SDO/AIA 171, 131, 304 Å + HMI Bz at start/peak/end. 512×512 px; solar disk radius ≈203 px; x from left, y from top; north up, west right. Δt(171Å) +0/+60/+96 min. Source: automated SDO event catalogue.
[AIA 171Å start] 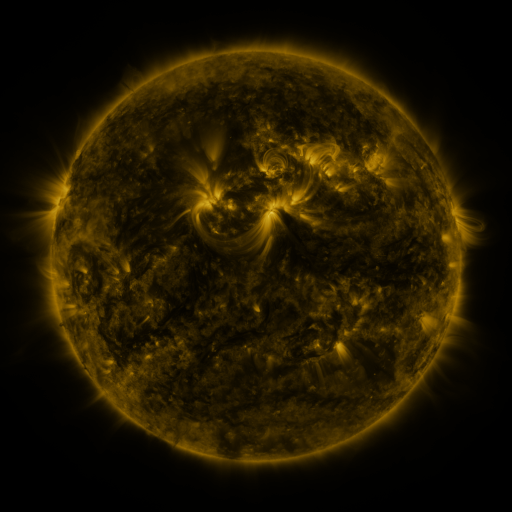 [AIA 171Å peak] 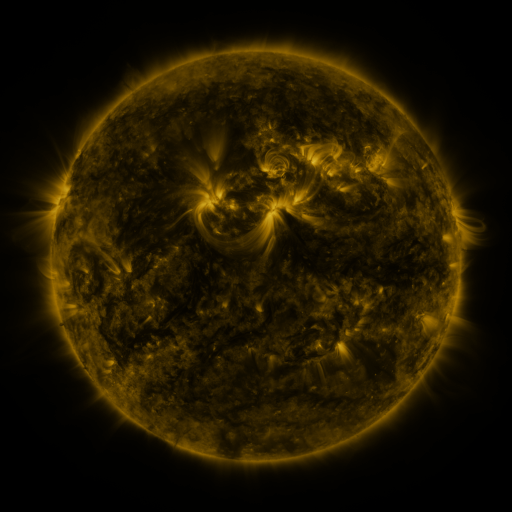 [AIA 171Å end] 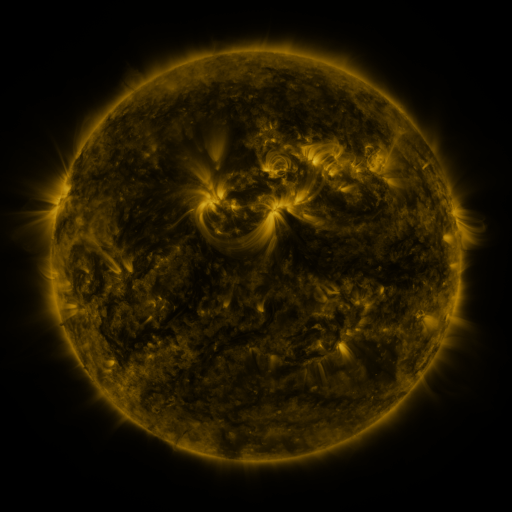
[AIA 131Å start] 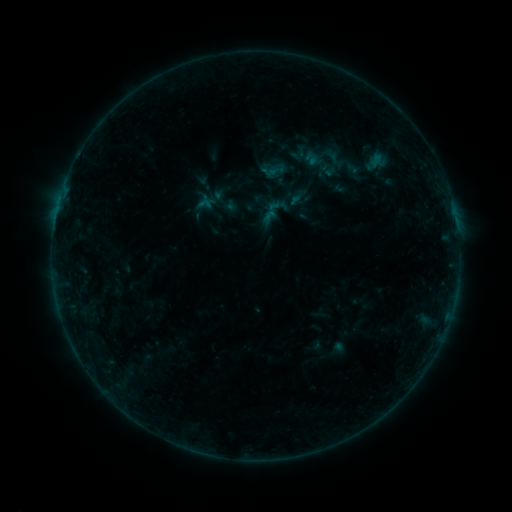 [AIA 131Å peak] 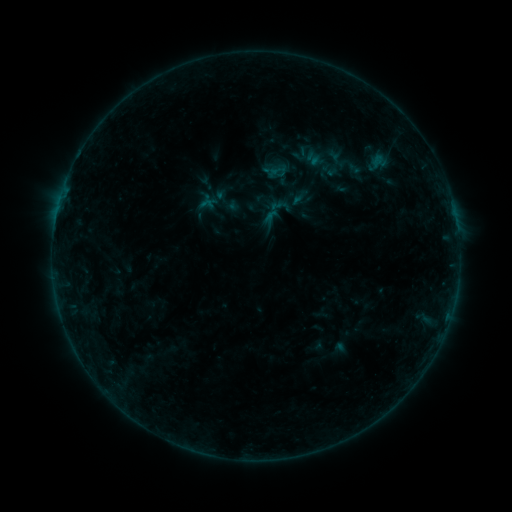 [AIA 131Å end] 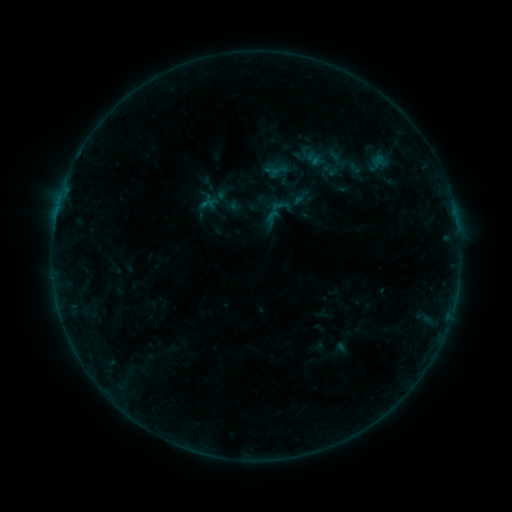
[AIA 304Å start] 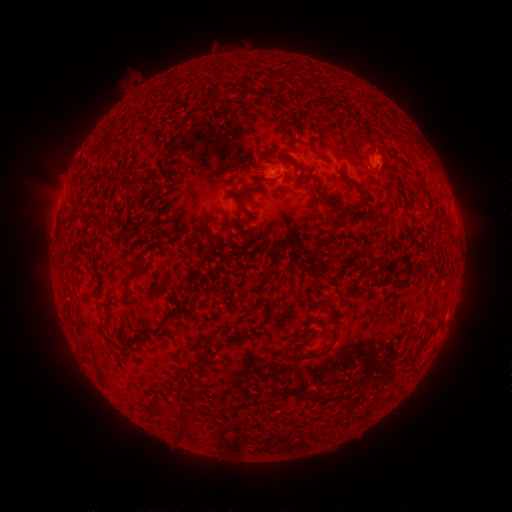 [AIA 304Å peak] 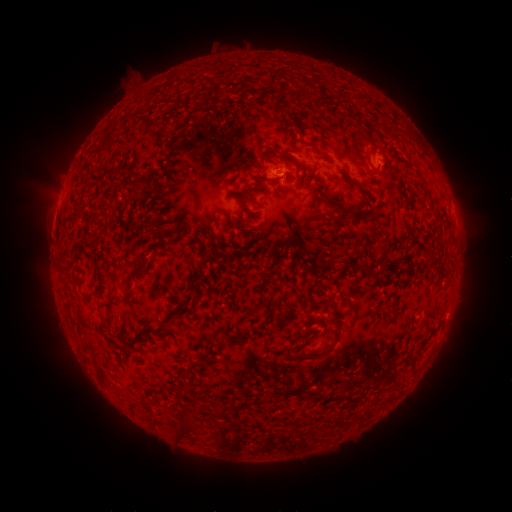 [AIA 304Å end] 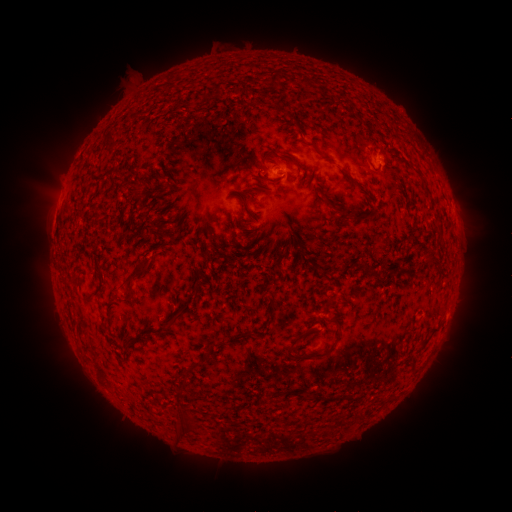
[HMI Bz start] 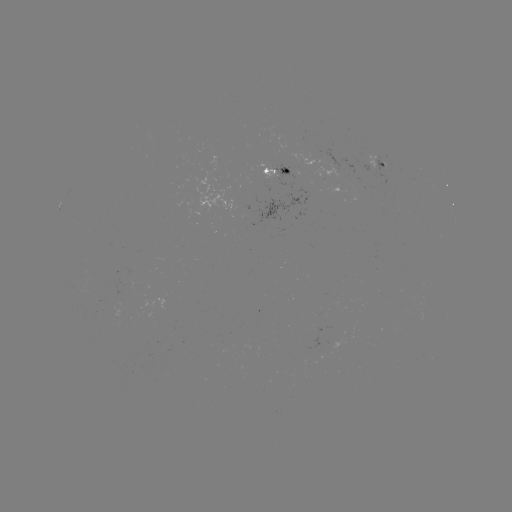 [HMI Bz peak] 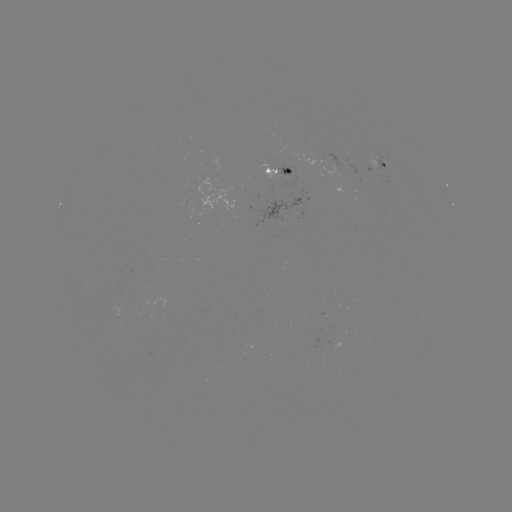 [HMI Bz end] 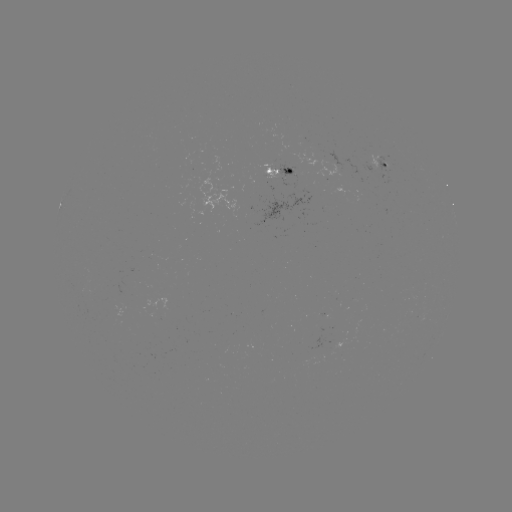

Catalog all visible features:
emerging-flux region: (319, 351)
